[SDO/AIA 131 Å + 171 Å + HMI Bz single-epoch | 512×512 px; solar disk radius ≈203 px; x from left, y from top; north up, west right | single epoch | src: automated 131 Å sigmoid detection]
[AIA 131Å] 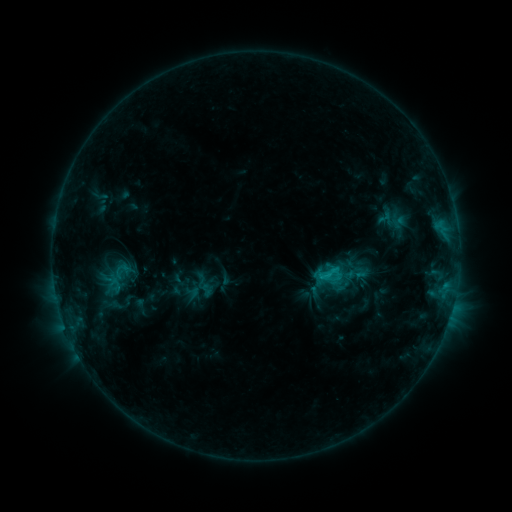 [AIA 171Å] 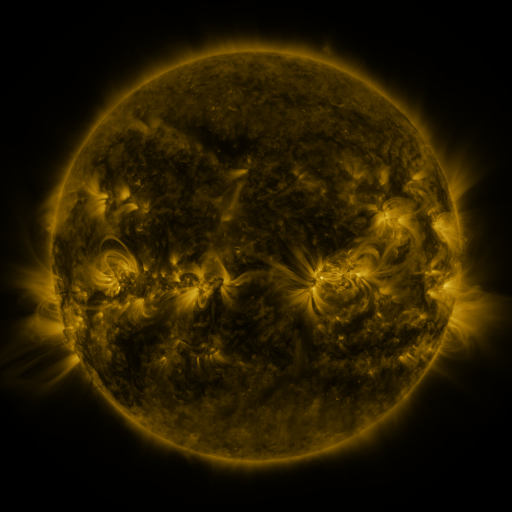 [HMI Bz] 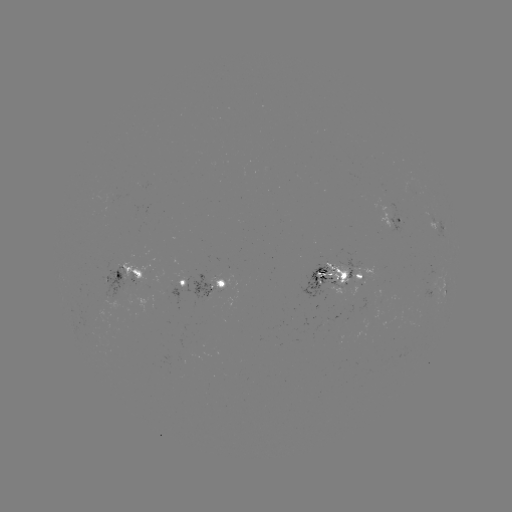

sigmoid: [316, 260, 340, 286]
